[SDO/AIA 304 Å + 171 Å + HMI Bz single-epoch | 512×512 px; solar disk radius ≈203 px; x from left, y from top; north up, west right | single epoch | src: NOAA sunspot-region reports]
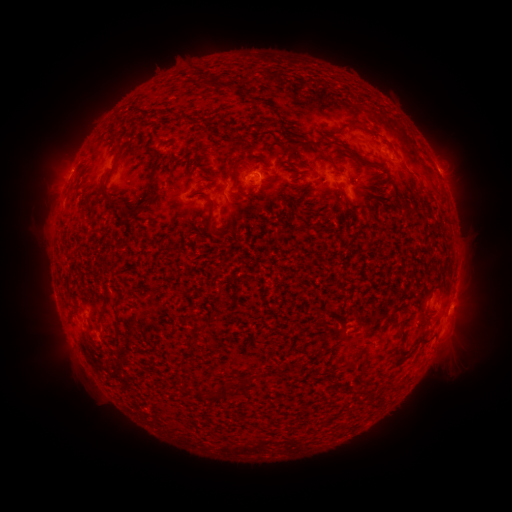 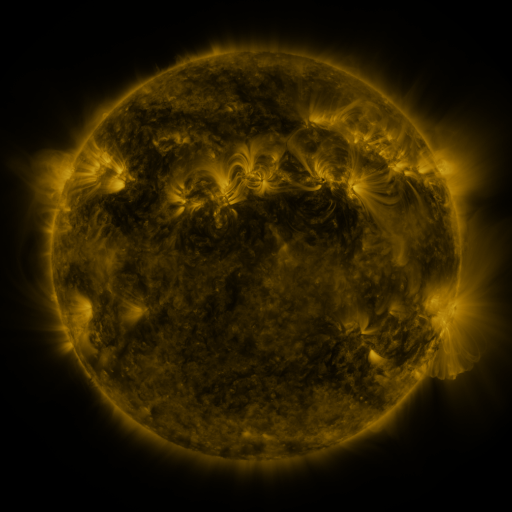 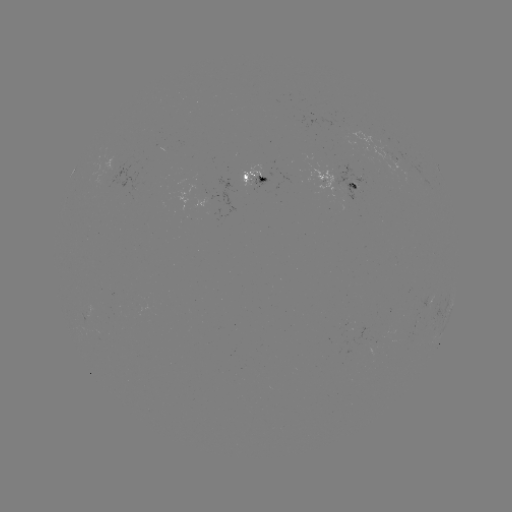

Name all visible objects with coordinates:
spotted active region: (397, 157)
spotted active region: (252, 171)
spotted active region: (338, 176)
spotted active region: (449, 318)
